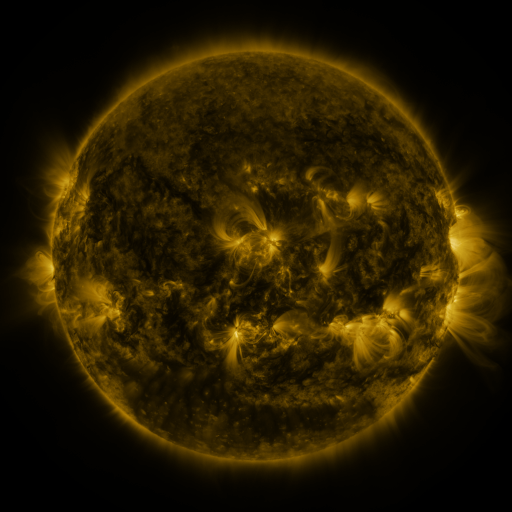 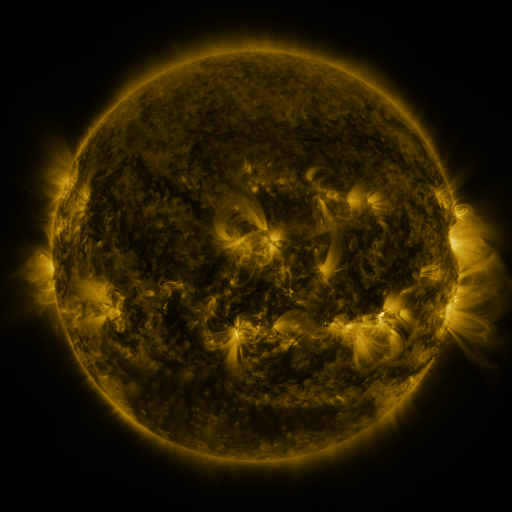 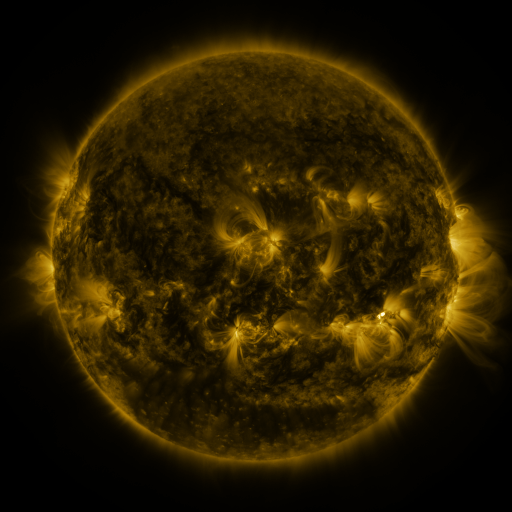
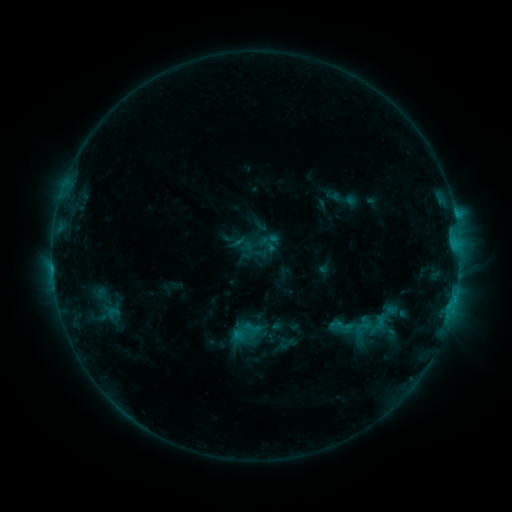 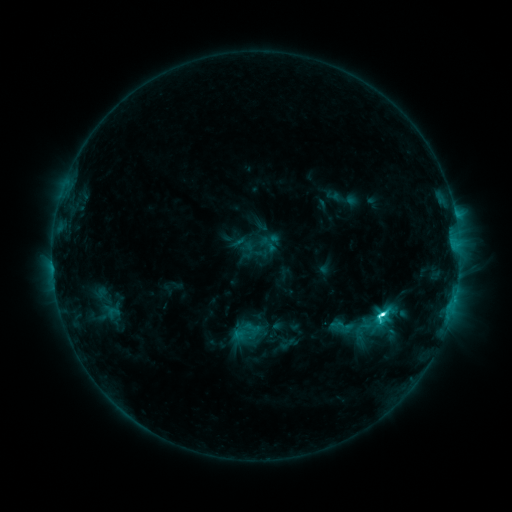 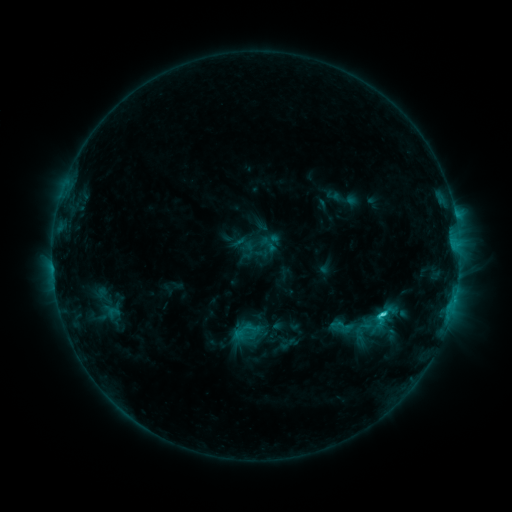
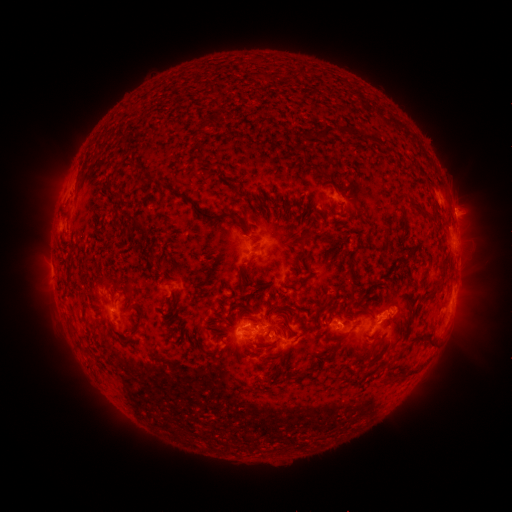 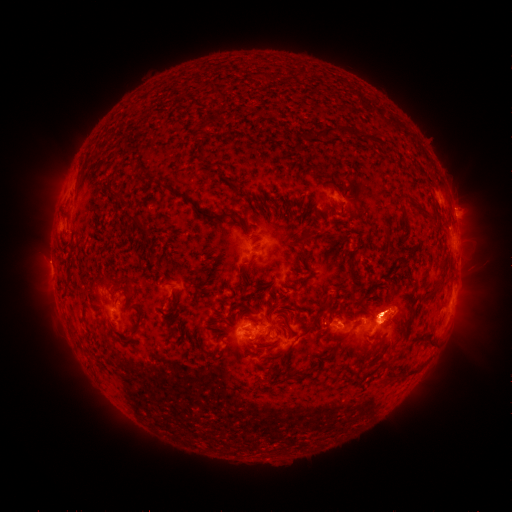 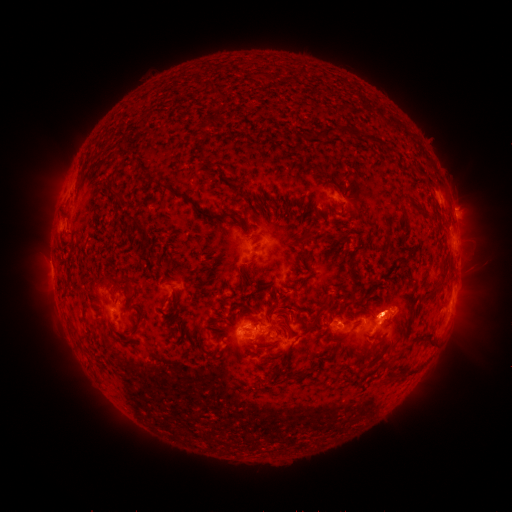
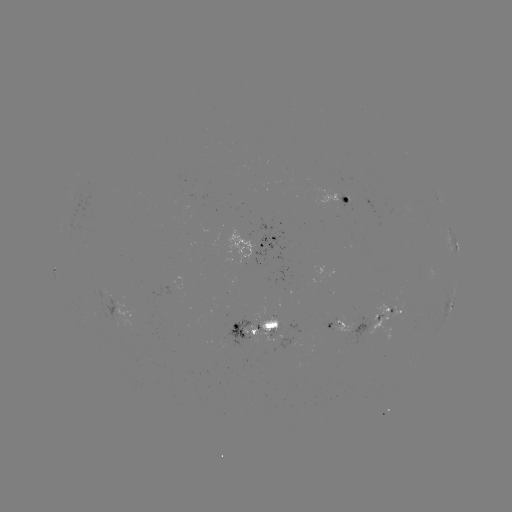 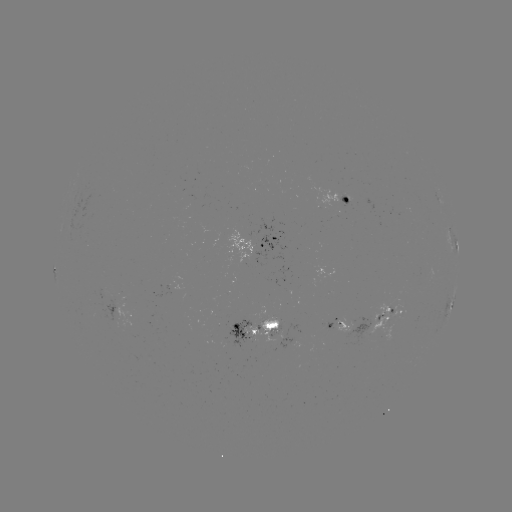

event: flare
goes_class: C5.2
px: (381, 314)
